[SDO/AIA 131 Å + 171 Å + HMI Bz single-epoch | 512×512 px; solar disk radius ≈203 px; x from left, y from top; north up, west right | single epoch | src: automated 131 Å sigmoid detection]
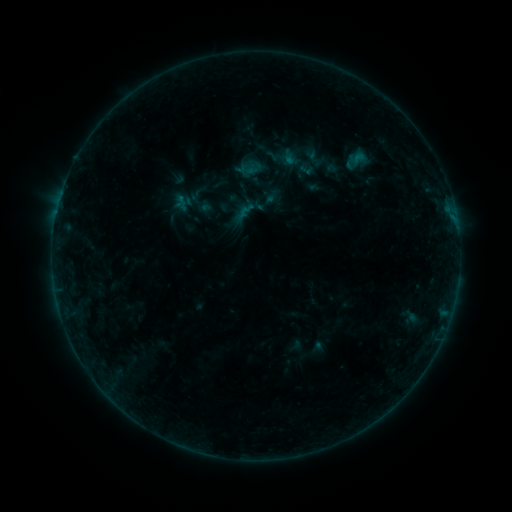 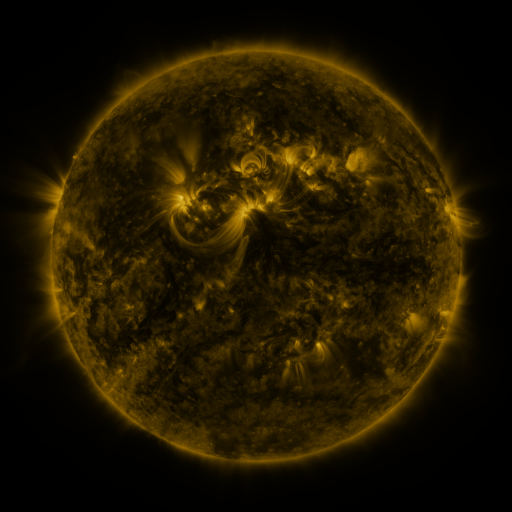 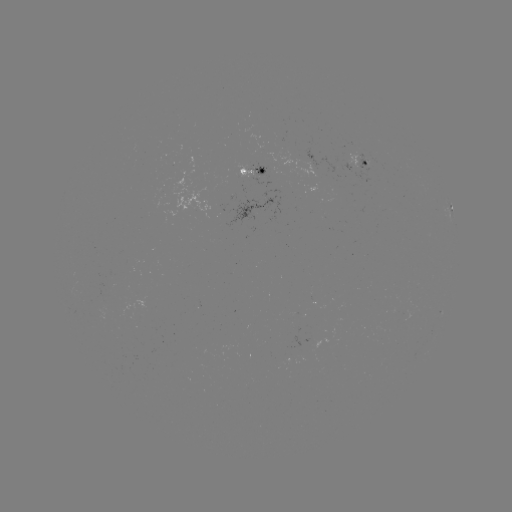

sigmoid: [264, 138, 306, 177]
